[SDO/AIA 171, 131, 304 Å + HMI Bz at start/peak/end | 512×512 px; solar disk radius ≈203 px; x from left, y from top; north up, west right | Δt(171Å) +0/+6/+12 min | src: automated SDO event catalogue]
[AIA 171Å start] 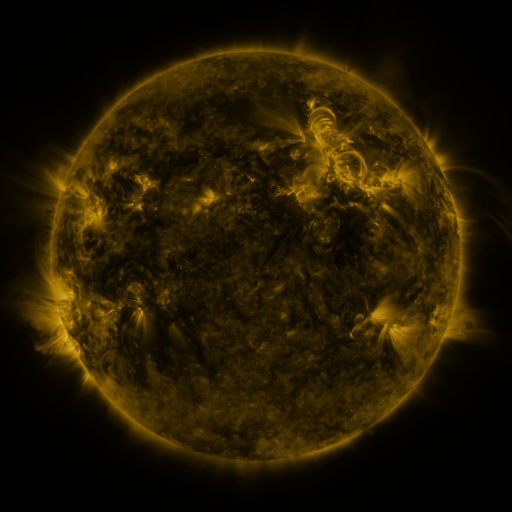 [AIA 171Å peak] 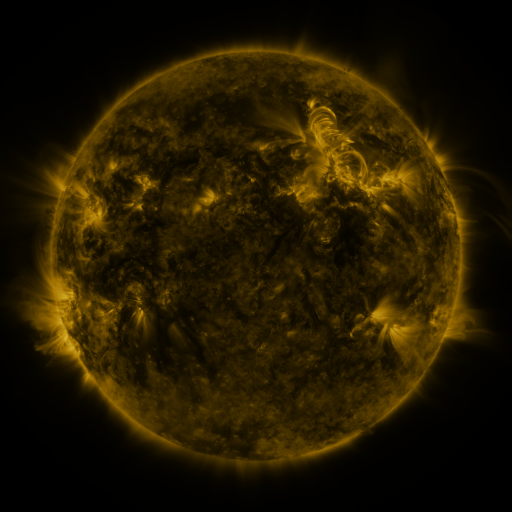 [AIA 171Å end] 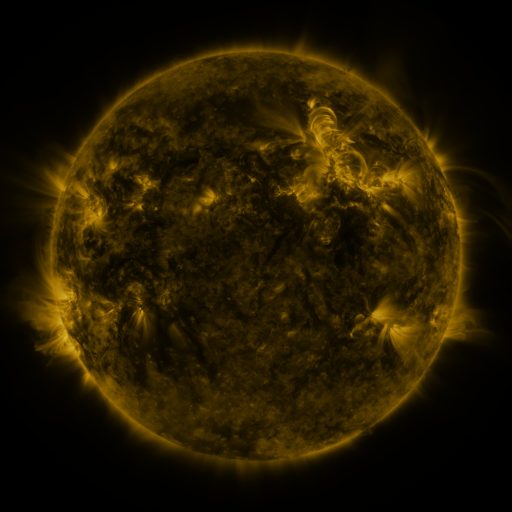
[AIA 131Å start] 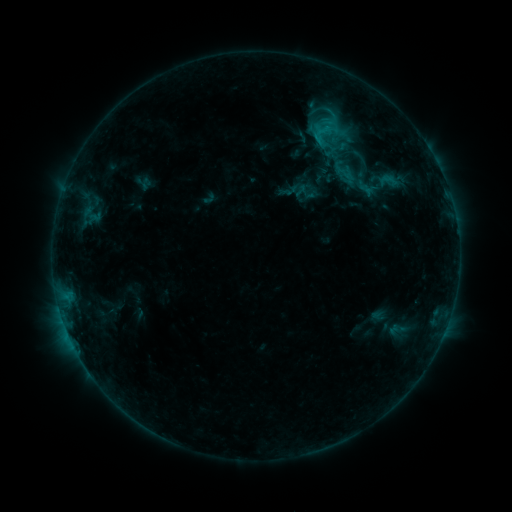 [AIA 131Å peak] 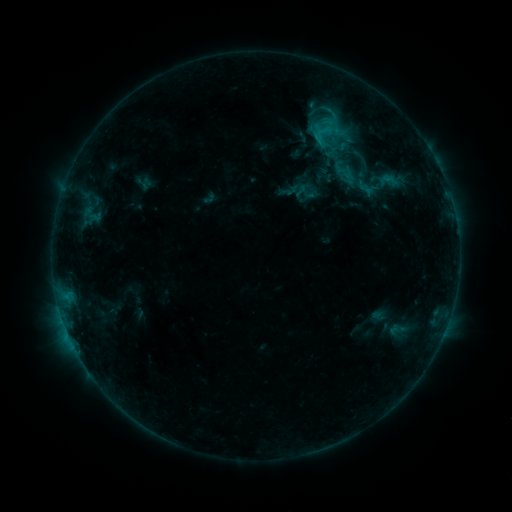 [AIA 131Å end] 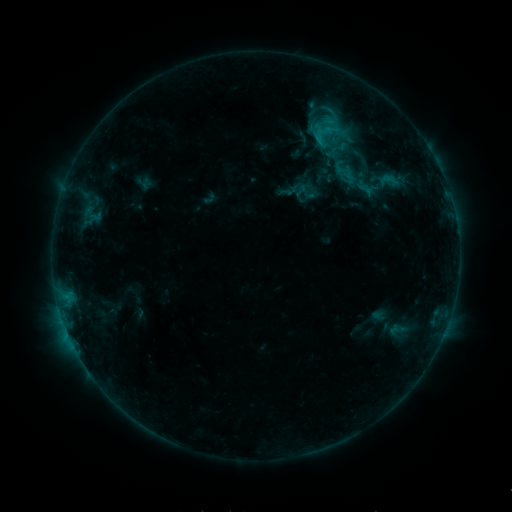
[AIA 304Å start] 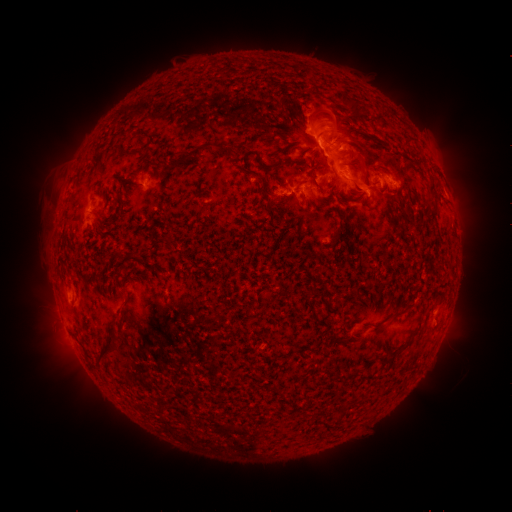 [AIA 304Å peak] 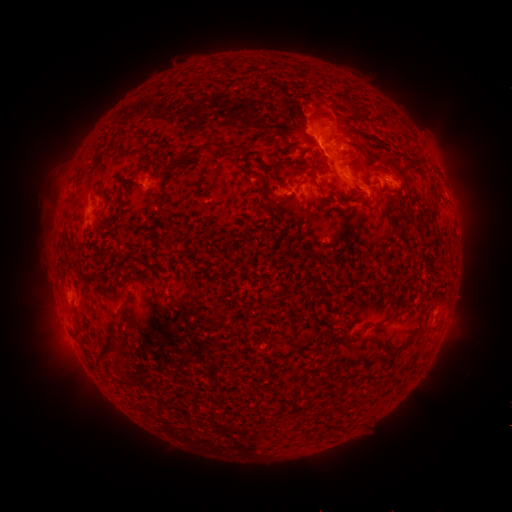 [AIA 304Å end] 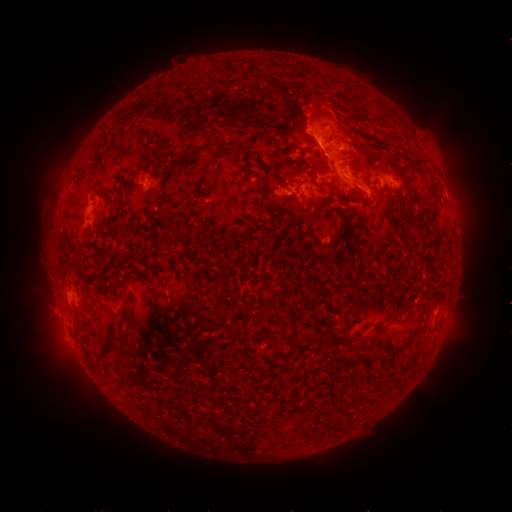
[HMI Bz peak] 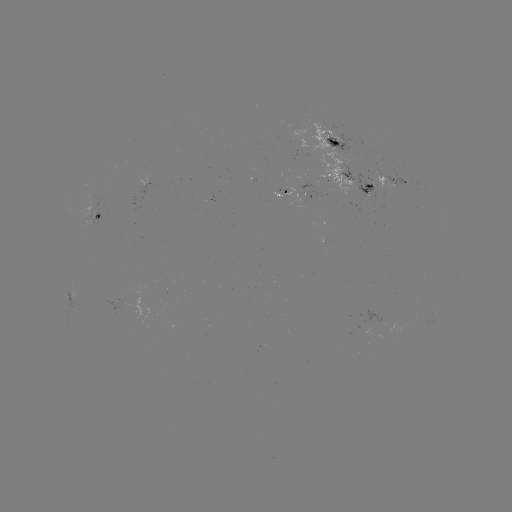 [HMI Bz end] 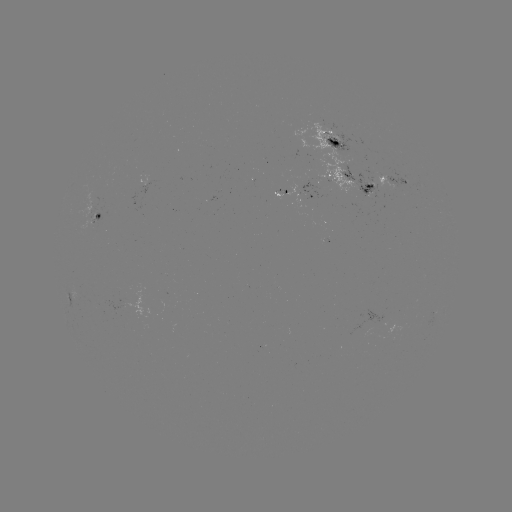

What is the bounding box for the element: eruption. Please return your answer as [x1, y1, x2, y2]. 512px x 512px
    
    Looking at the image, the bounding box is [22, 289, 77, 341].